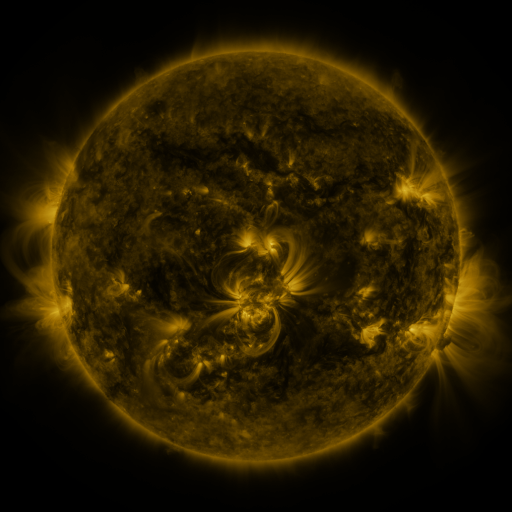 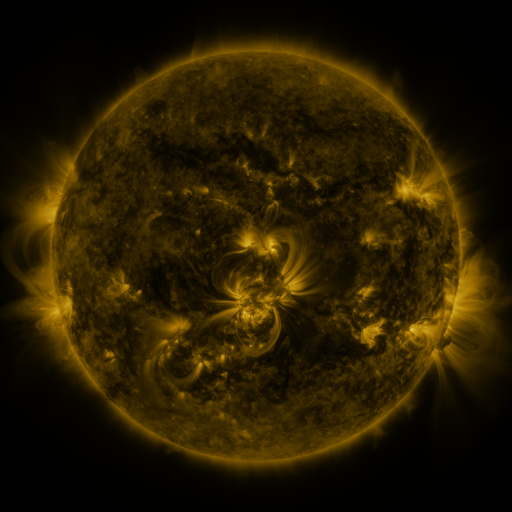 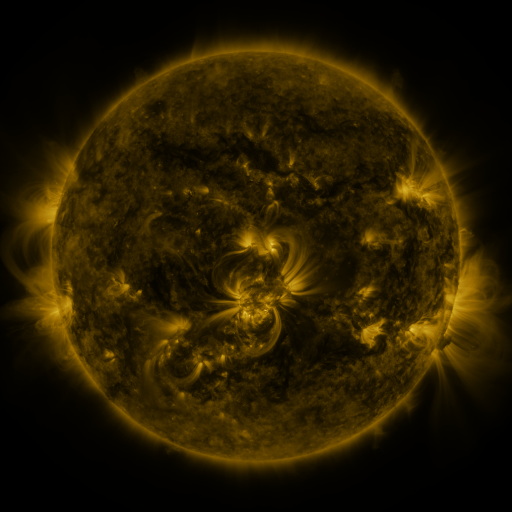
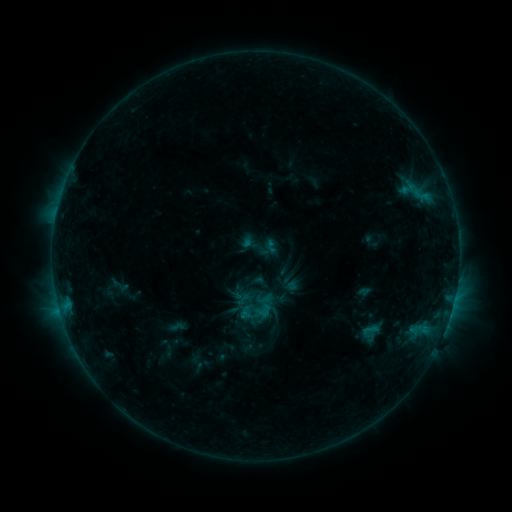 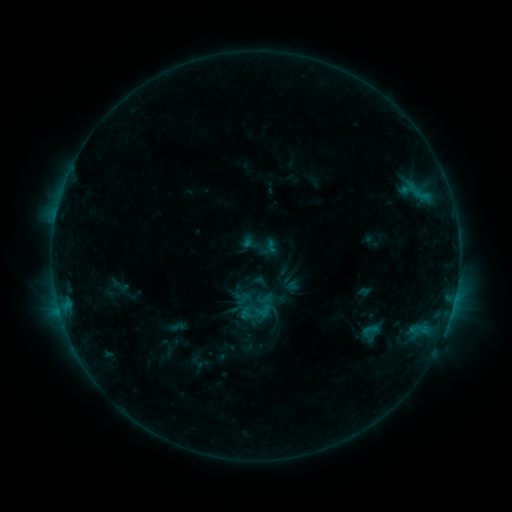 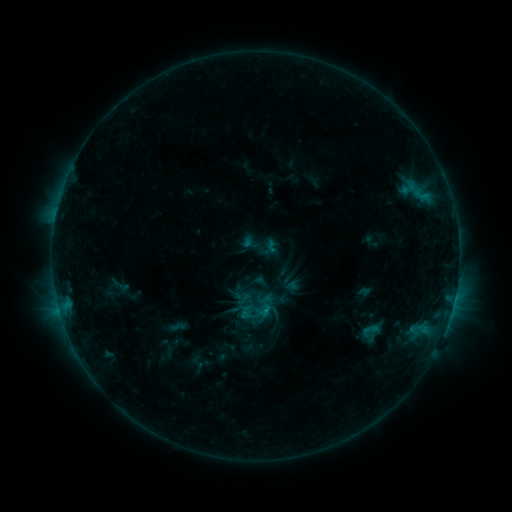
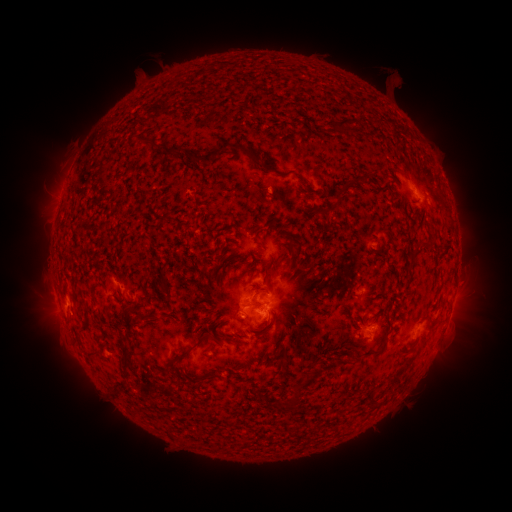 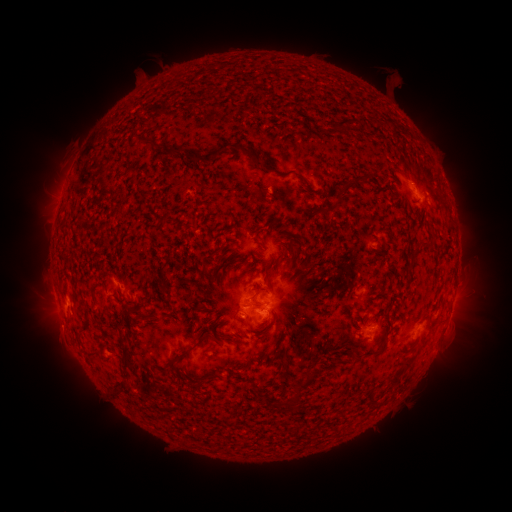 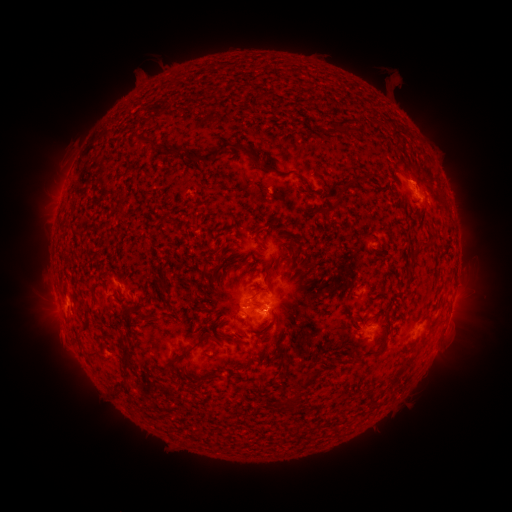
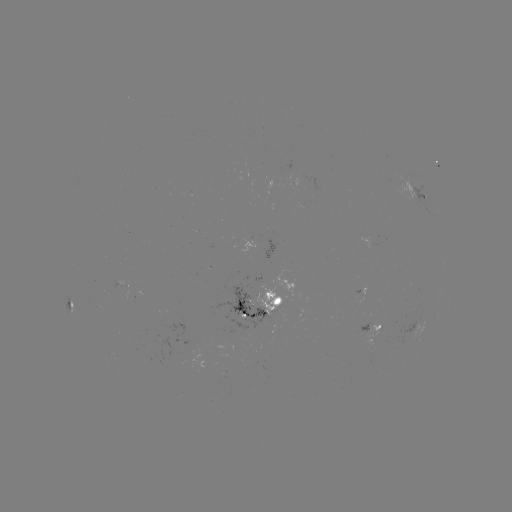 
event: flare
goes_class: B9.5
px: (262, 310)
